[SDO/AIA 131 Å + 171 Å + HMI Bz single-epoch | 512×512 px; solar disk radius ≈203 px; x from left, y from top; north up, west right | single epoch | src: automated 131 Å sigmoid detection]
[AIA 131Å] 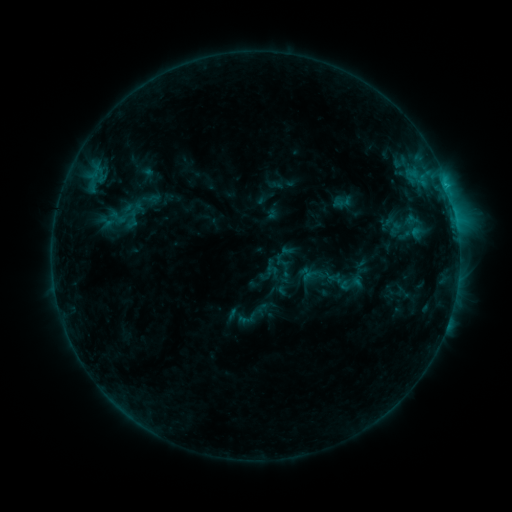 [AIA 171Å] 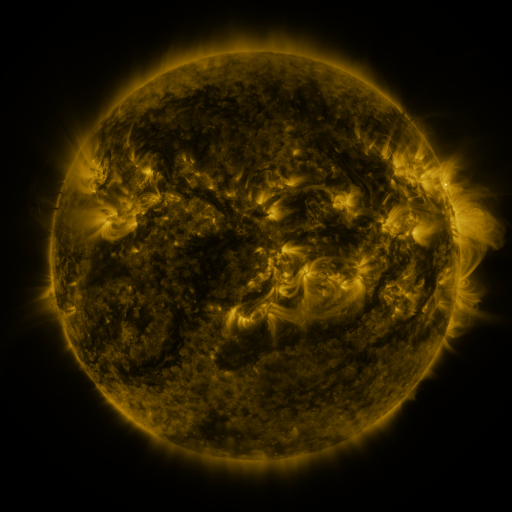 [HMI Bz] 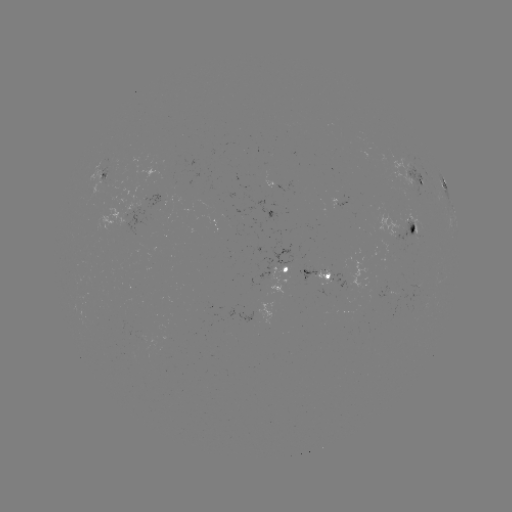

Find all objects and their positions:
sigmoid: [123, 194, 145, 216]
sigmoid: [108, 207, 127, 227]
